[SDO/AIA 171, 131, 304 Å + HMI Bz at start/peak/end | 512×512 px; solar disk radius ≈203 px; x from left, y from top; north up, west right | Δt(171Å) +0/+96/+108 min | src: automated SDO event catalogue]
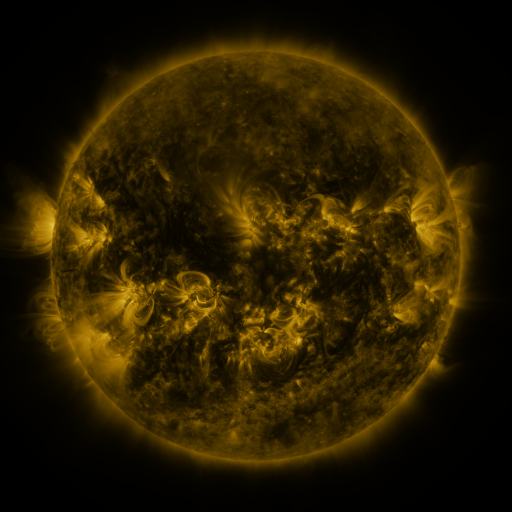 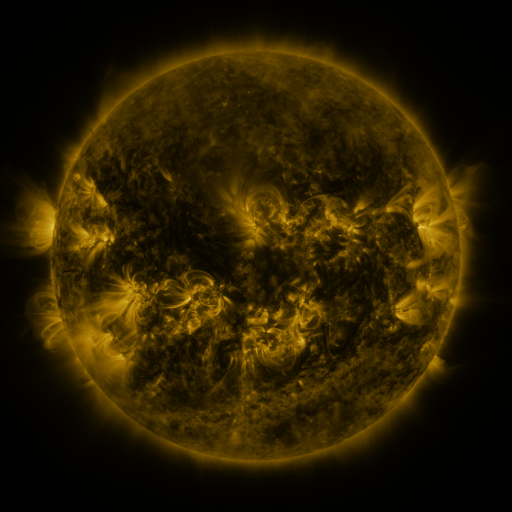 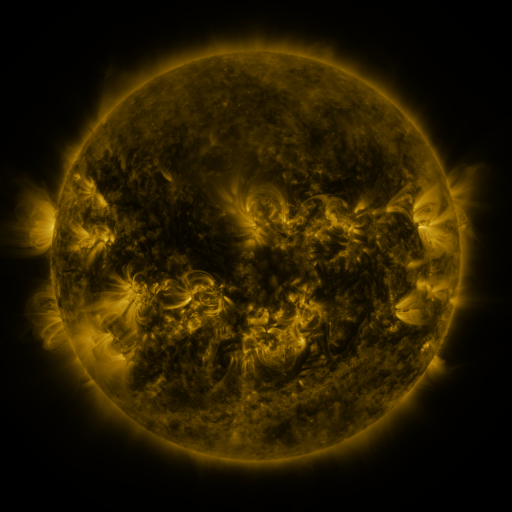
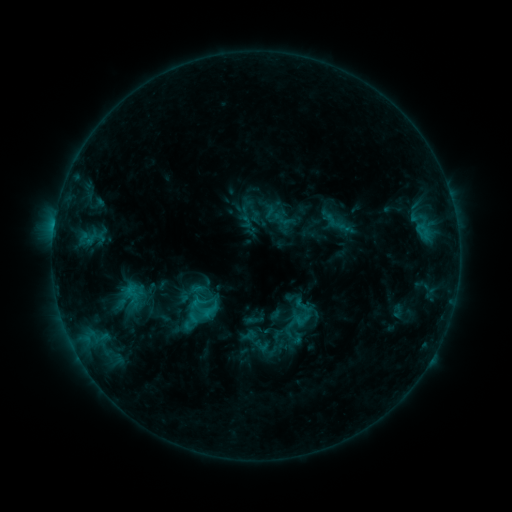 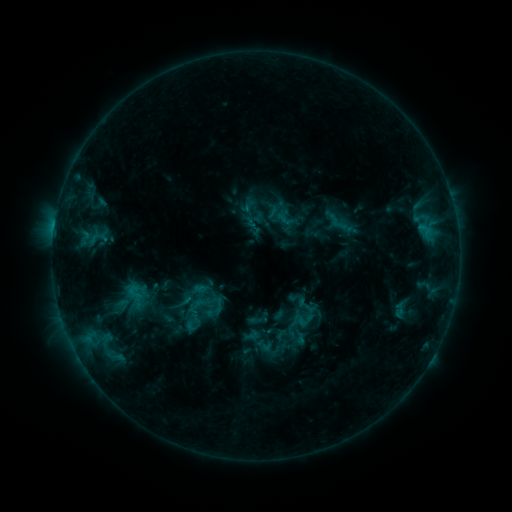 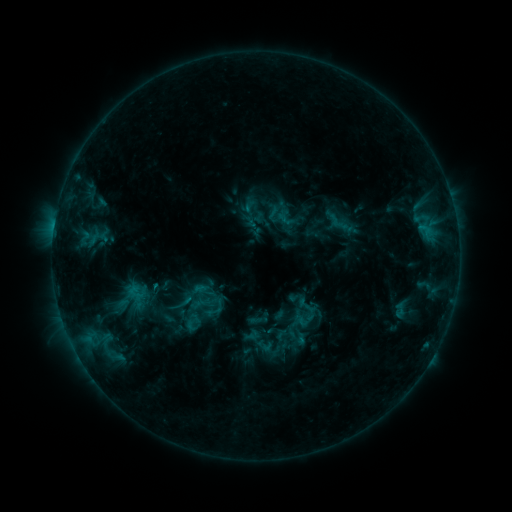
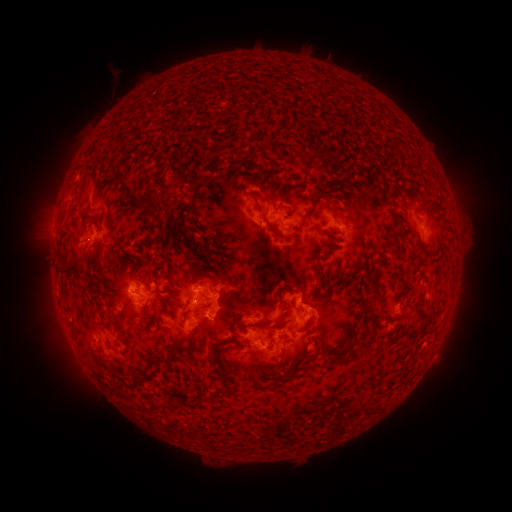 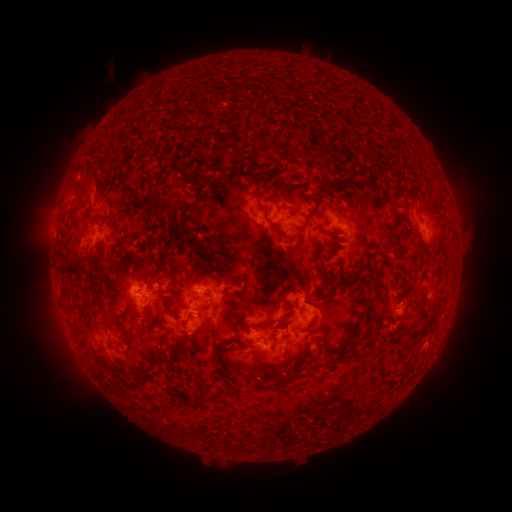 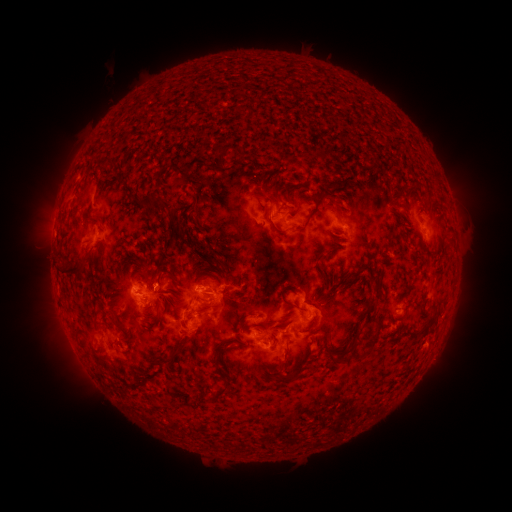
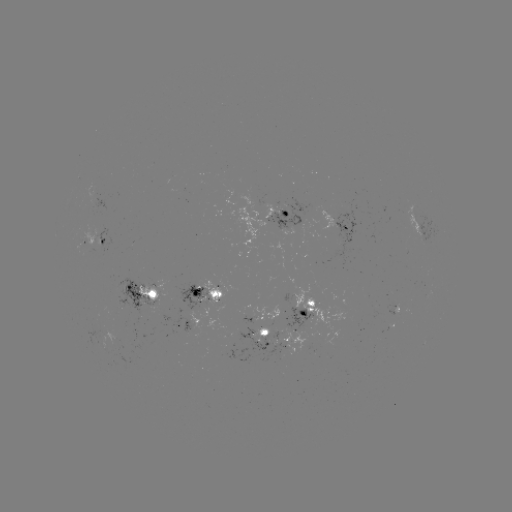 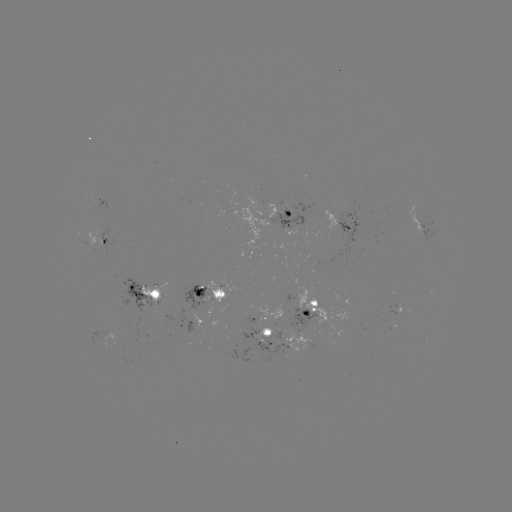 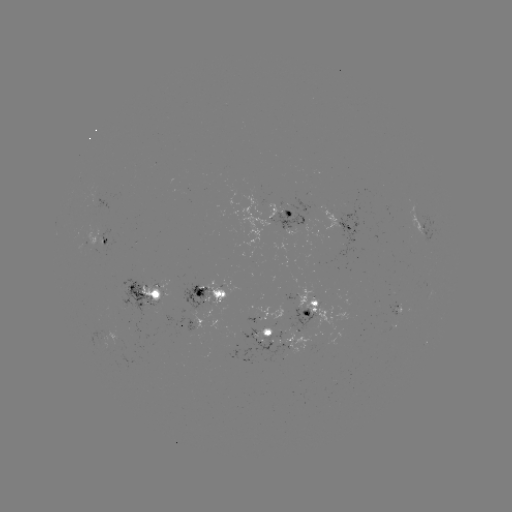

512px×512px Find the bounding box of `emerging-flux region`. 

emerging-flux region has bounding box [161, 307, 195, 335].